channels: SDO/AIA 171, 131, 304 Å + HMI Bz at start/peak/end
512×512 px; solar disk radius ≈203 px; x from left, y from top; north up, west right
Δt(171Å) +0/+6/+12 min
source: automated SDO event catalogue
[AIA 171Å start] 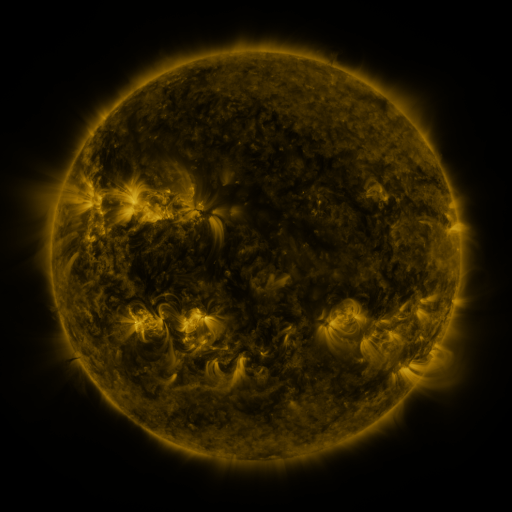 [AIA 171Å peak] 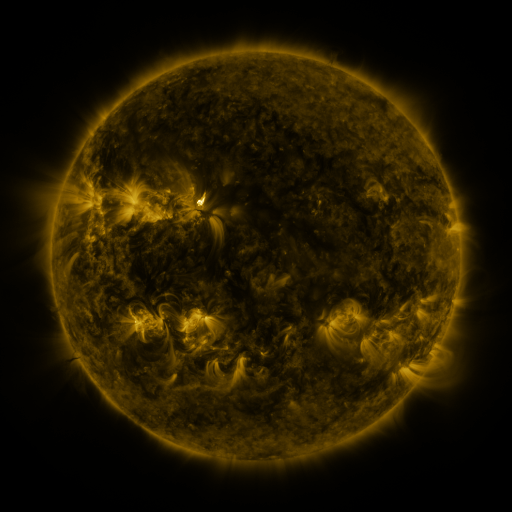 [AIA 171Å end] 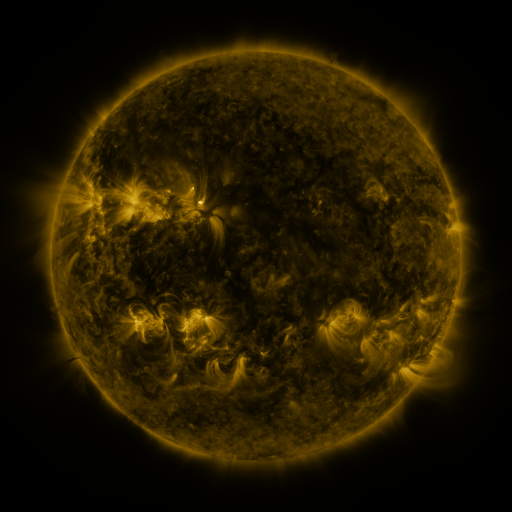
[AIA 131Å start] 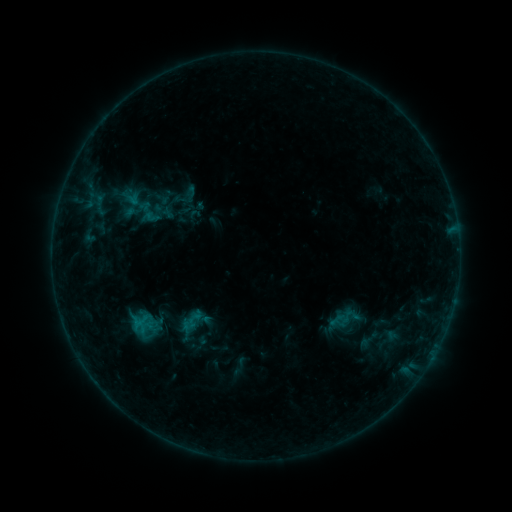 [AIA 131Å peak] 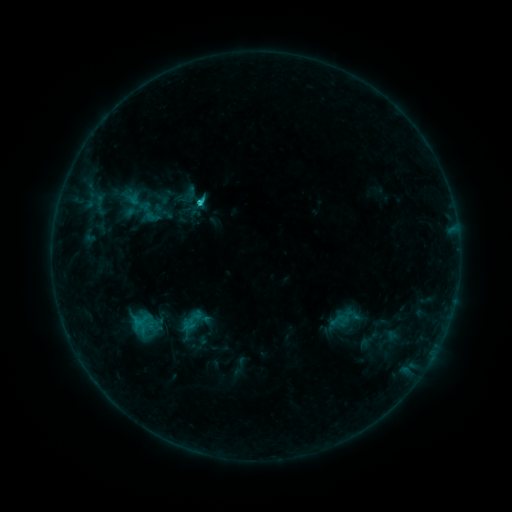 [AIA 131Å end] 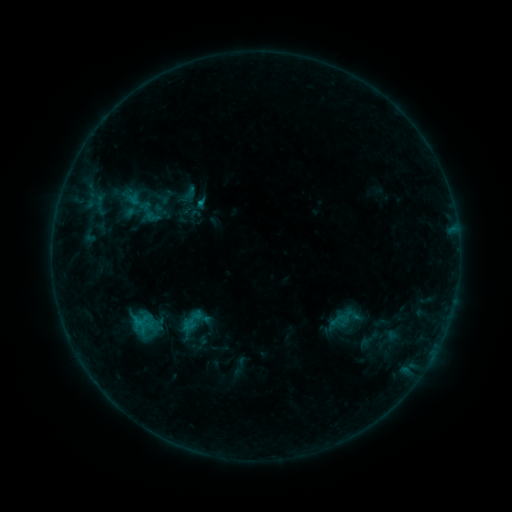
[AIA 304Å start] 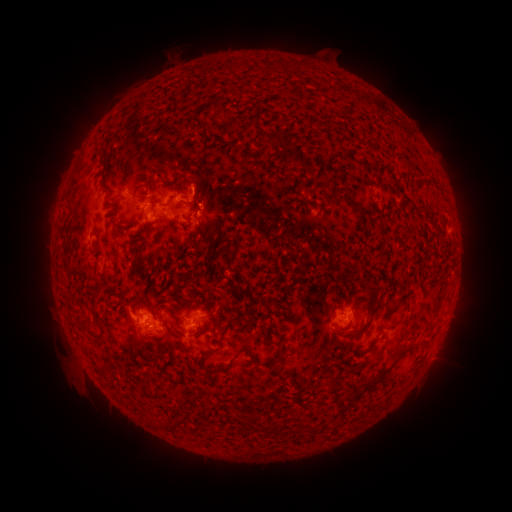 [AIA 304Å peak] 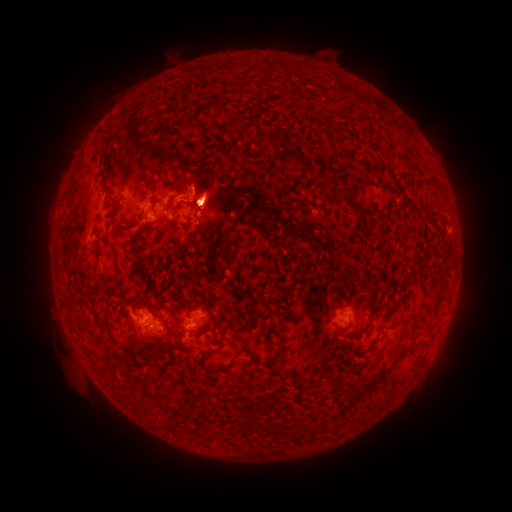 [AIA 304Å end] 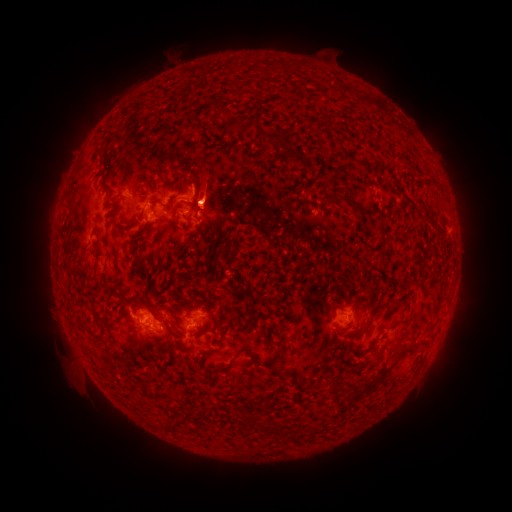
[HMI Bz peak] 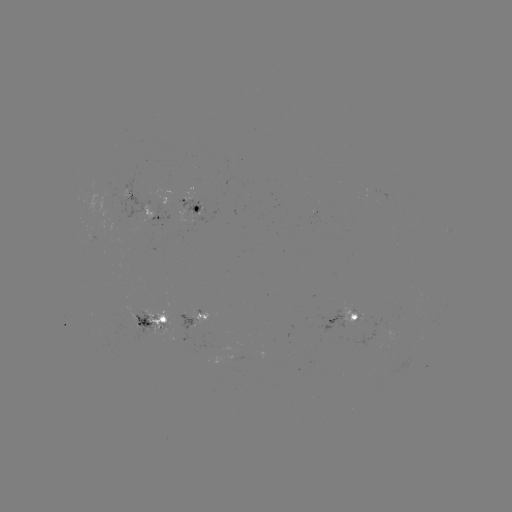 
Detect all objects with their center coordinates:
C1.4 flare: (202, 205)
